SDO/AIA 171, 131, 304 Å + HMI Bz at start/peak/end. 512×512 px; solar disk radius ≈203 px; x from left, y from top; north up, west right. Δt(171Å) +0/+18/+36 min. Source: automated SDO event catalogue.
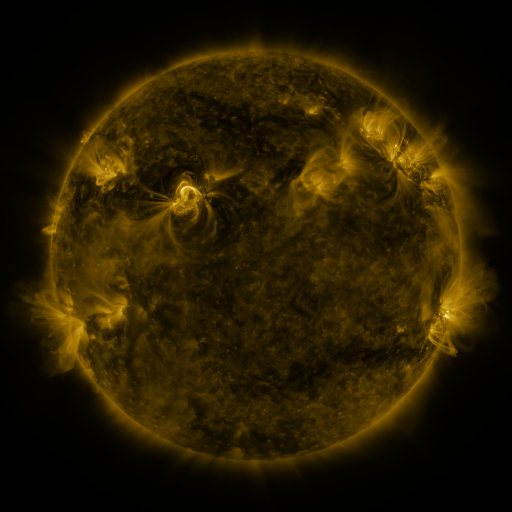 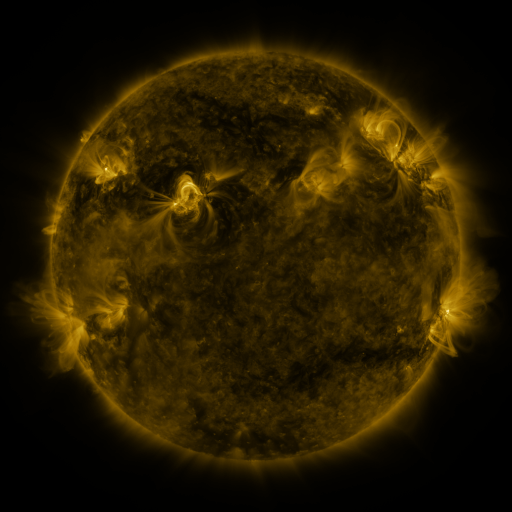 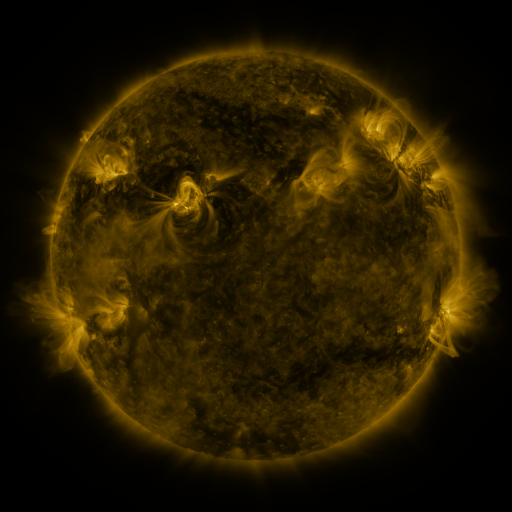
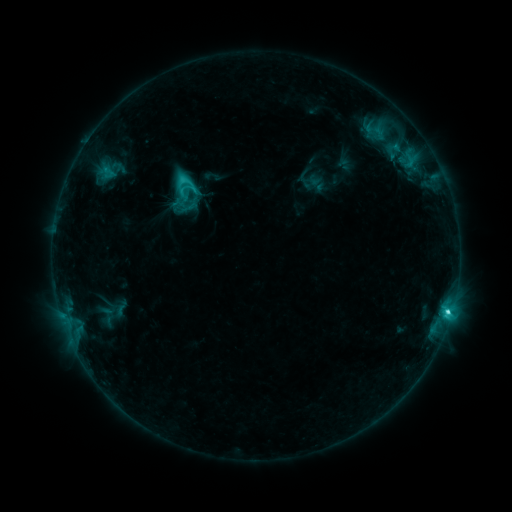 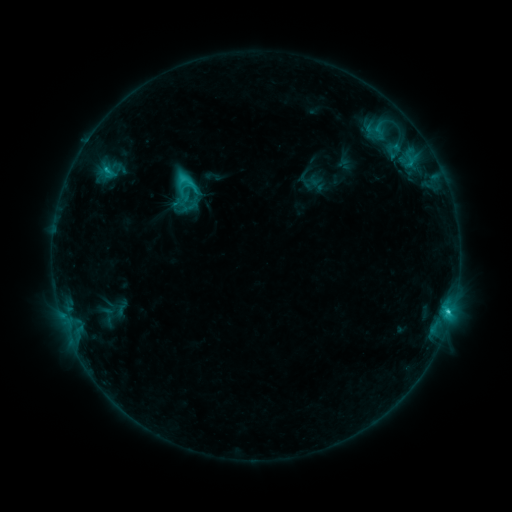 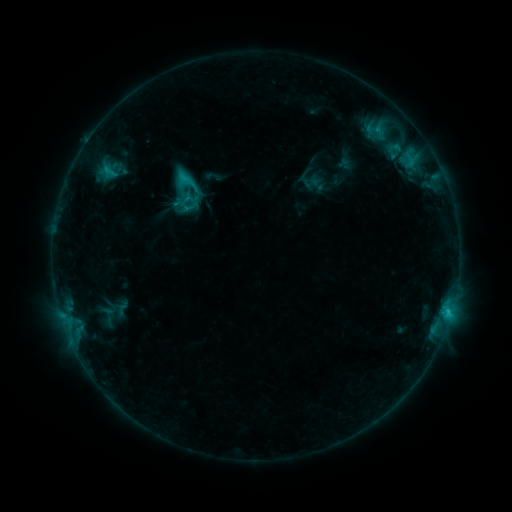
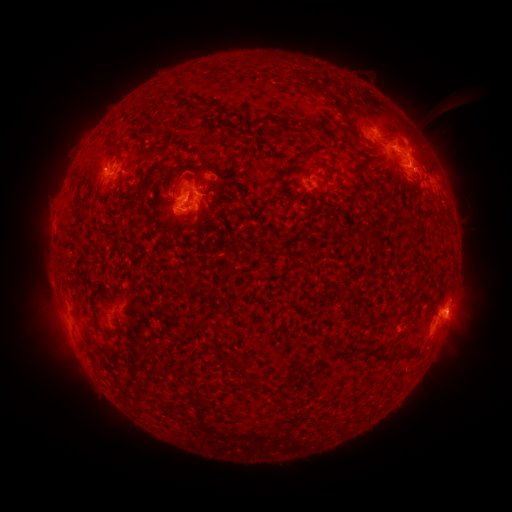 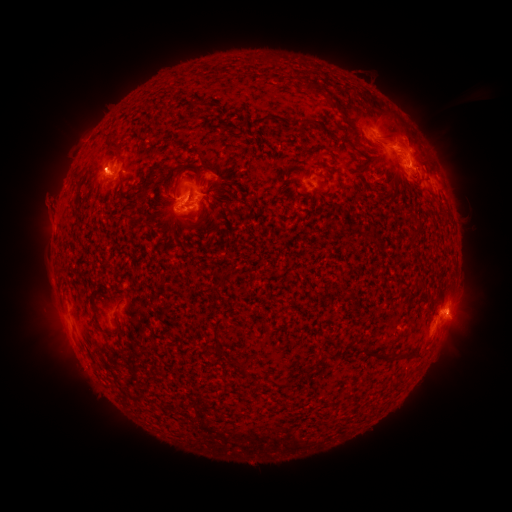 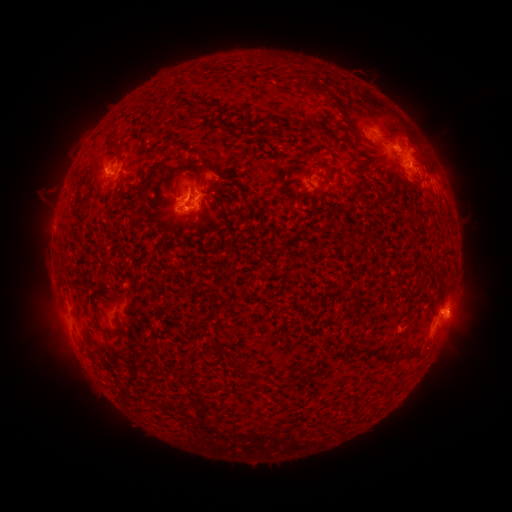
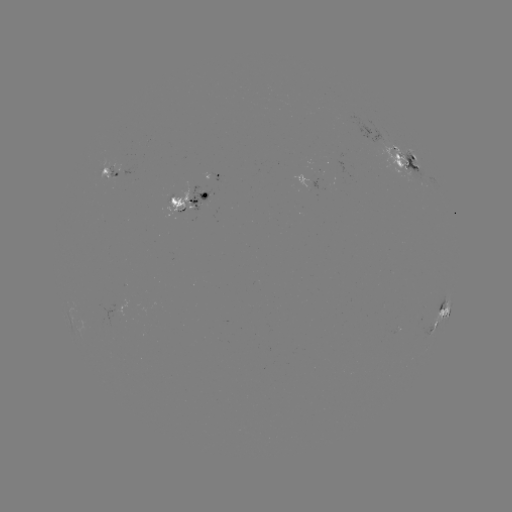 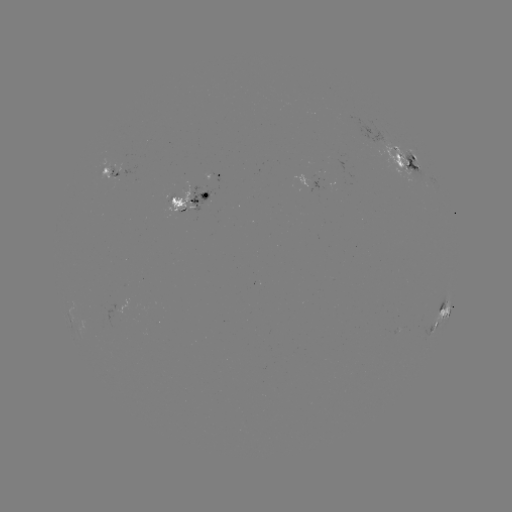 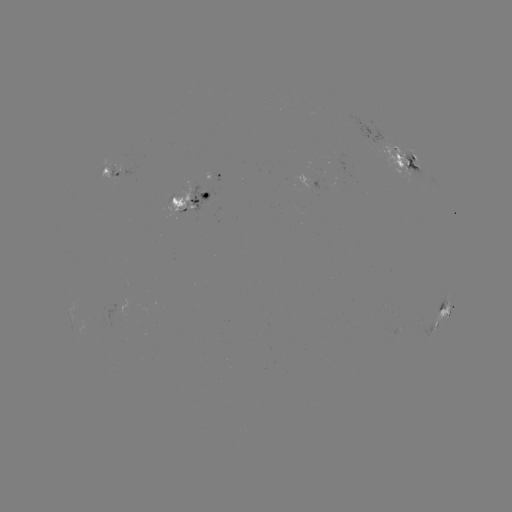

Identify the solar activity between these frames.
emerging-flux region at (175, 200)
